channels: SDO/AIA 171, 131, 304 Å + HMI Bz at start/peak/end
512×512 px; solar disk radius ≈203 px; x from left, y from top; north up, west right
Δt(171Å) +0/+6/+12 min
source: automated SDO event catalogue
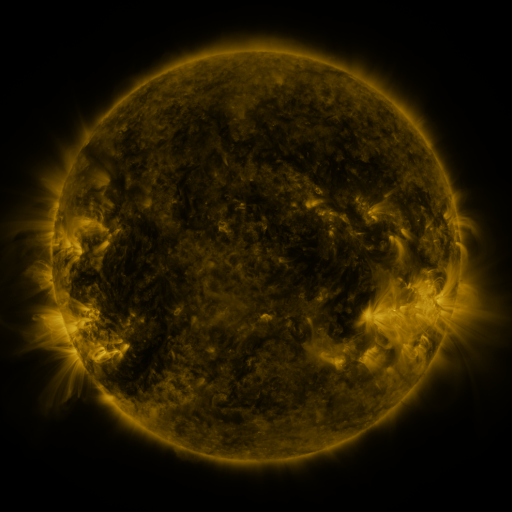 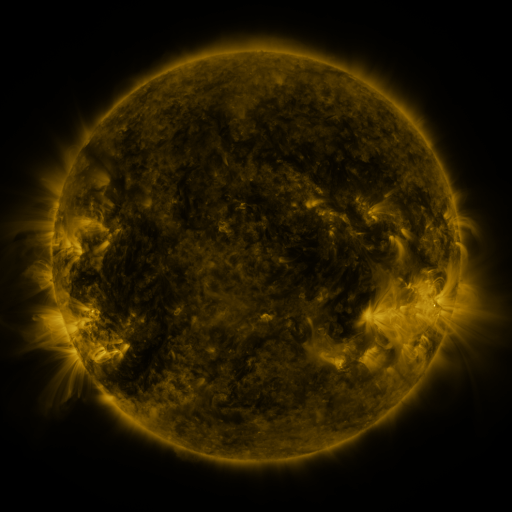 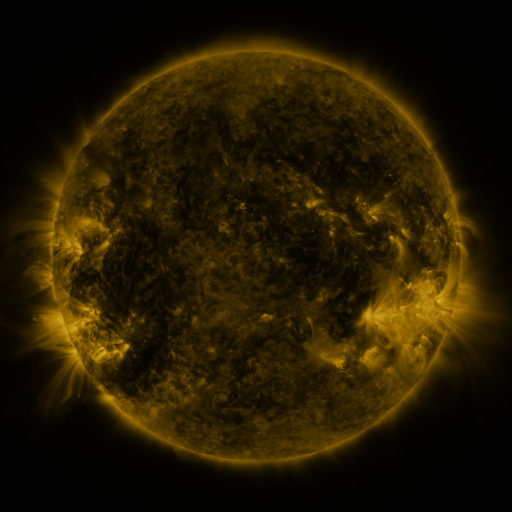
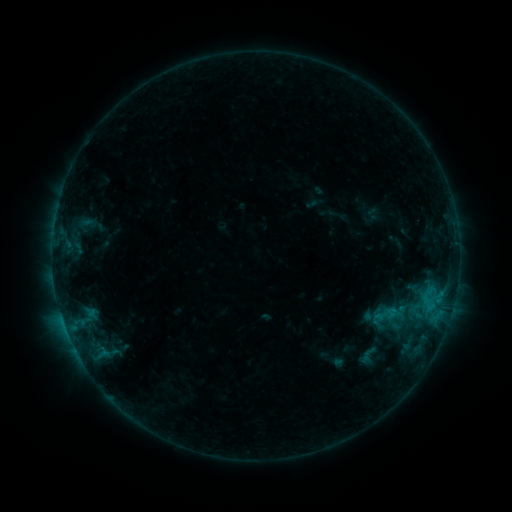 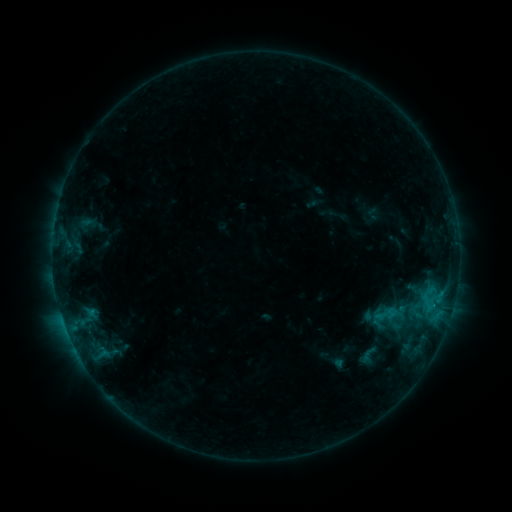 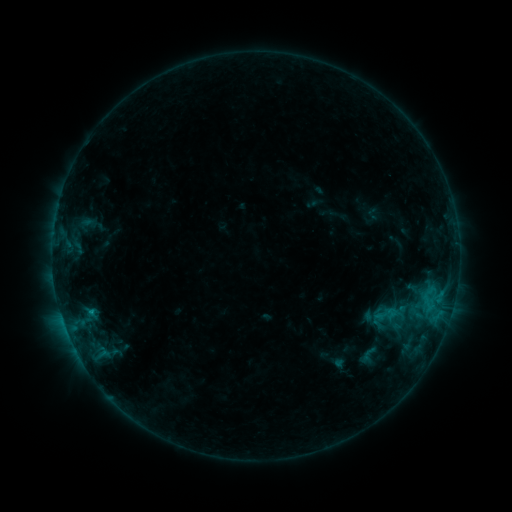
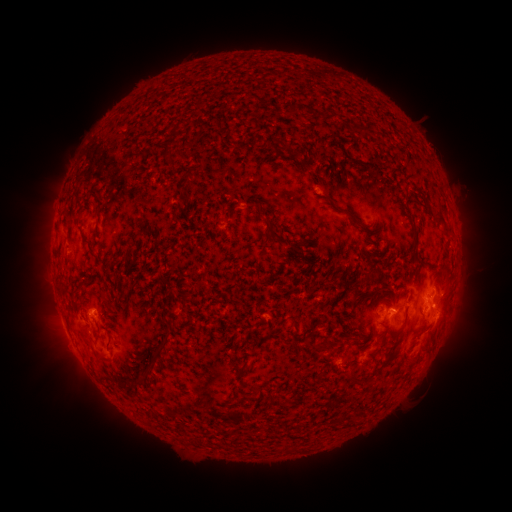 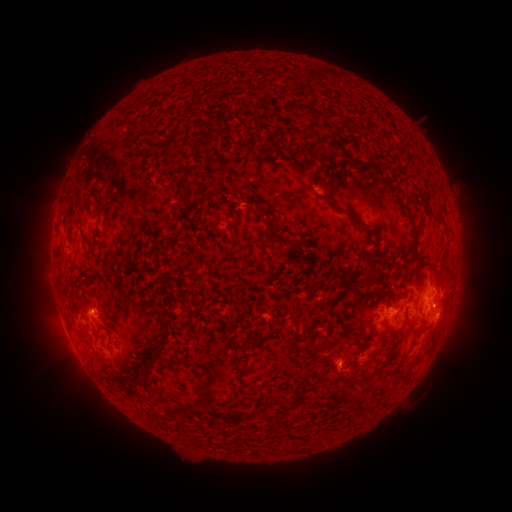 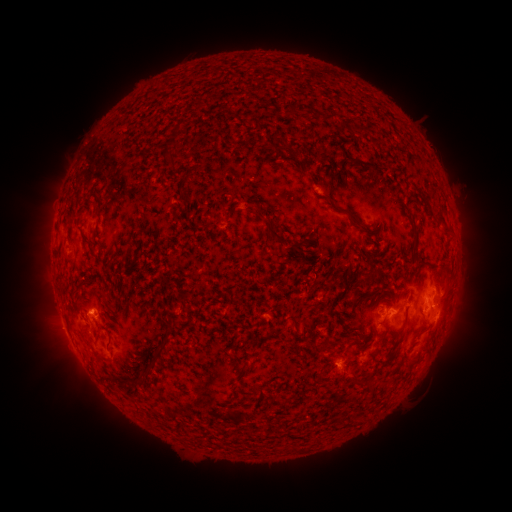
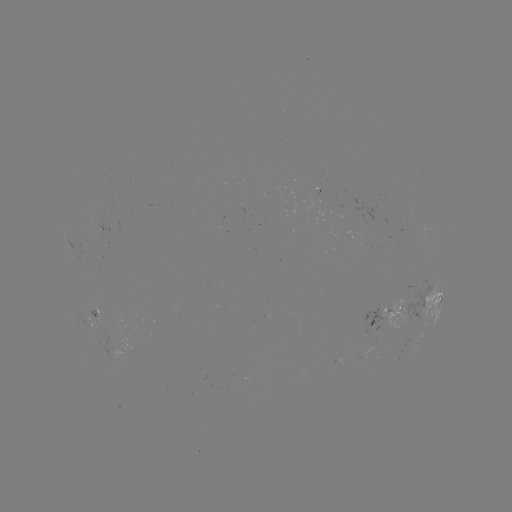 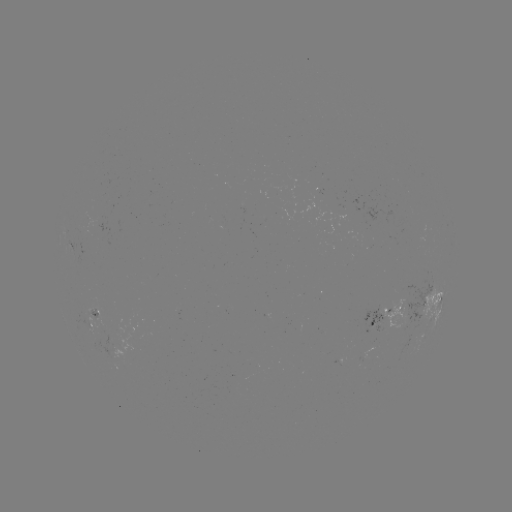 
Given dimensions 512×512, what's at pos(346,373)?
eruption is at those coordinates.